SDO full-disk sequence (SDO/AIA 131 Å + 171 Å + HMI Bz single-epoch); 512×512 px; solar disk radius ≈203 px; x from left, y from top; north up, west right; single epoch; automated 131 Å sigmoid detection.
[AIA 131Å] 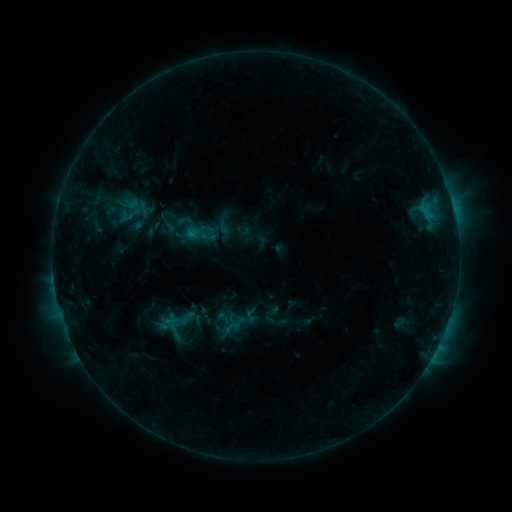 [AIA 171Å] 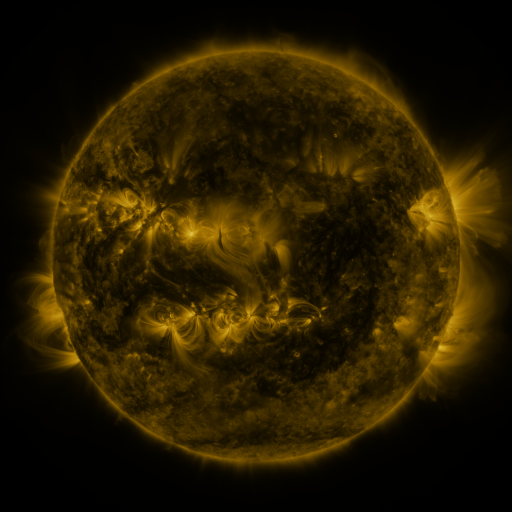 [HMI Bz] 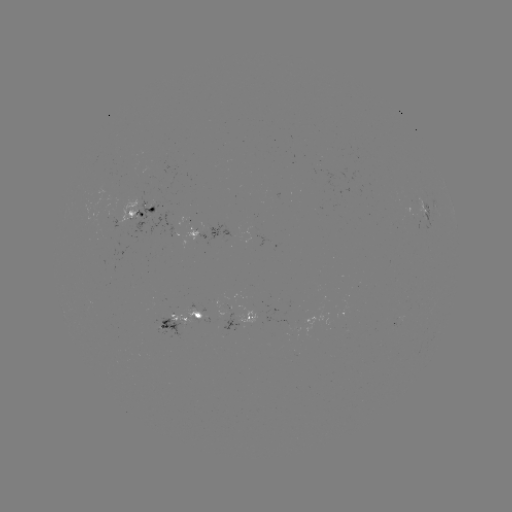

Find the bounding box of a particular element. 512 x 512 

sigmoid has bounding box [120, 205, 141, 226].